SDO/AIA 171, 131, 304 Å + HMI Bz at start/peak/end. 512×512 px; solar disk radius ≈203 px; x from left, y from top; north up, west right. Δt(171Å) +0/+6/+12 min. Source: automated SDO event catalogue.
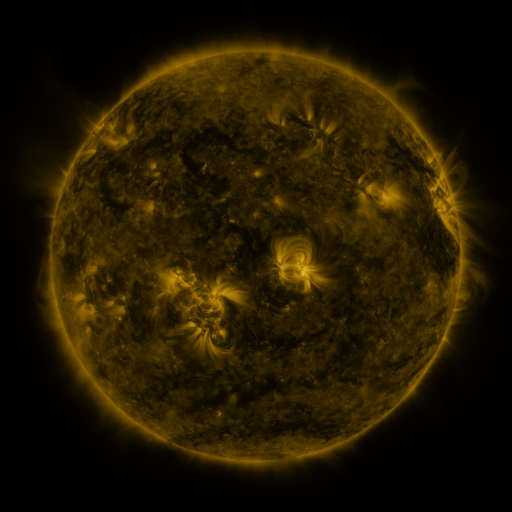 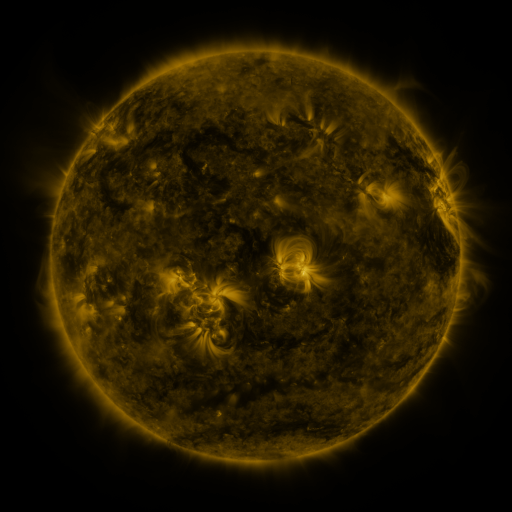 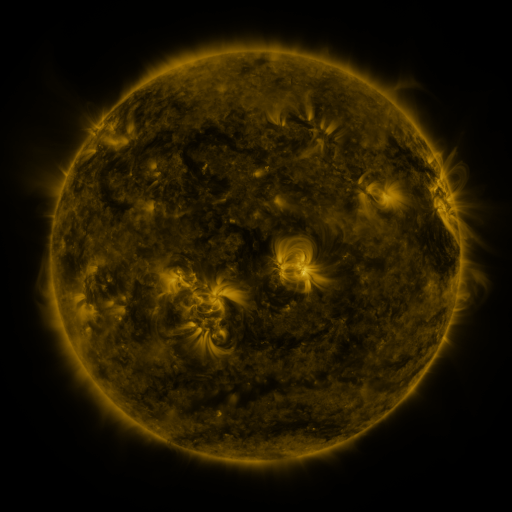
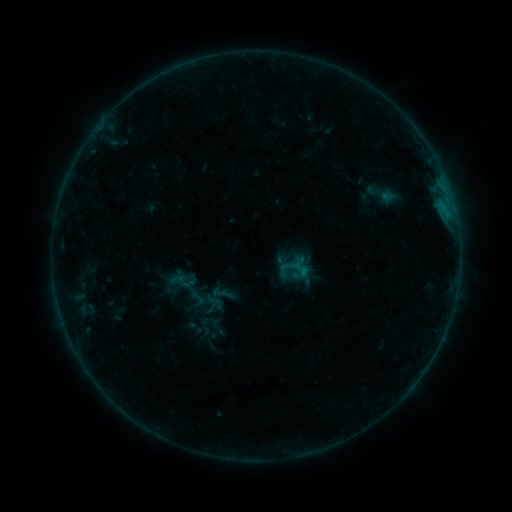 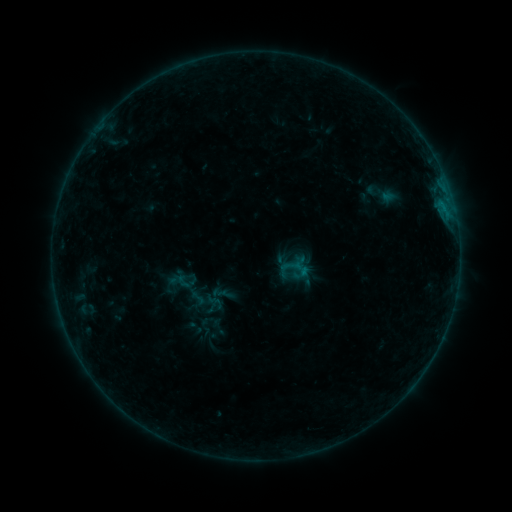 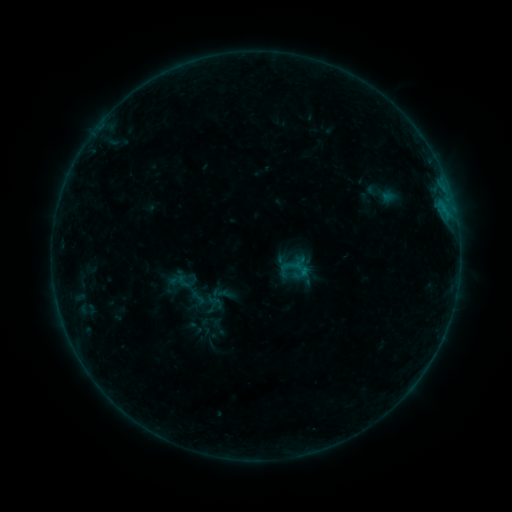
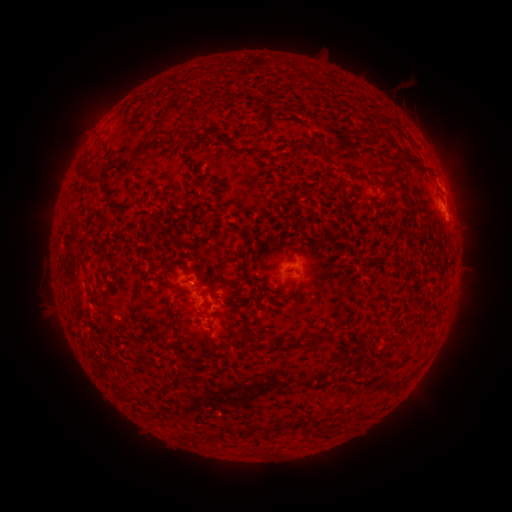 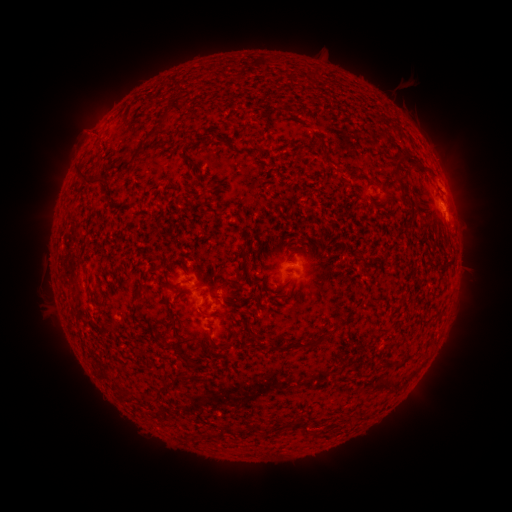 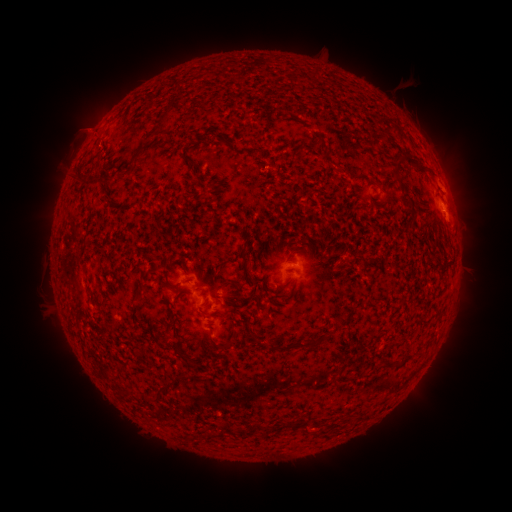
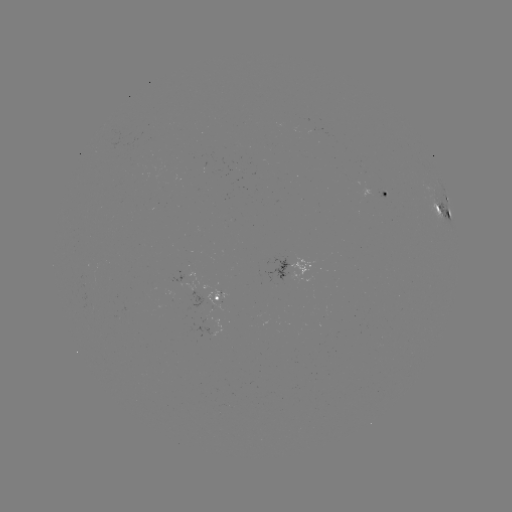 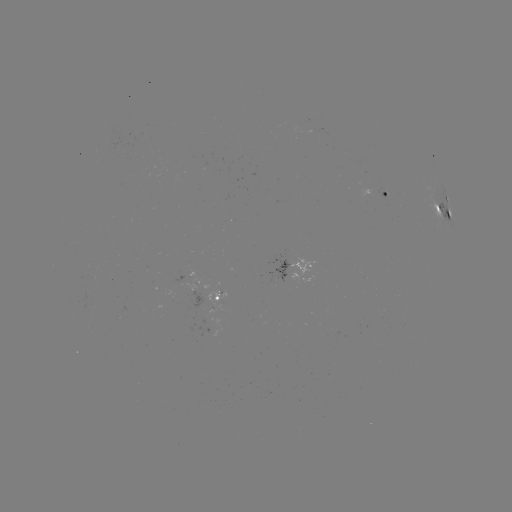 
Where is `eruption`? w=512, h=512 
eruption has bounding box [55, 106, 110, 183].